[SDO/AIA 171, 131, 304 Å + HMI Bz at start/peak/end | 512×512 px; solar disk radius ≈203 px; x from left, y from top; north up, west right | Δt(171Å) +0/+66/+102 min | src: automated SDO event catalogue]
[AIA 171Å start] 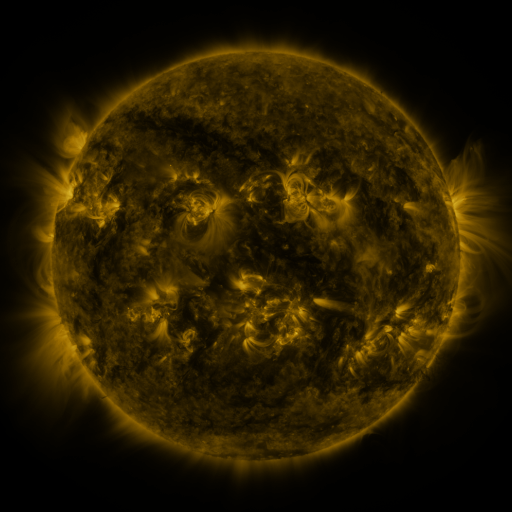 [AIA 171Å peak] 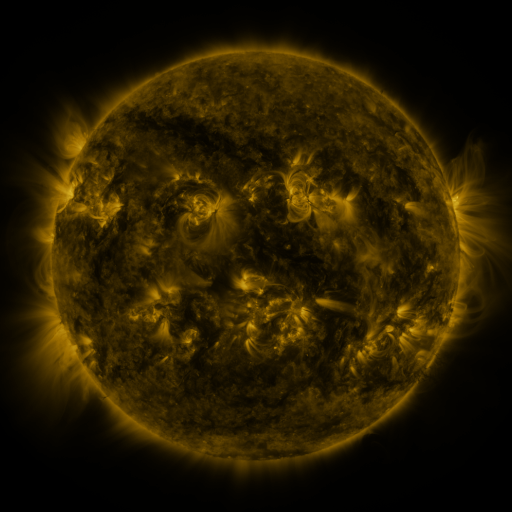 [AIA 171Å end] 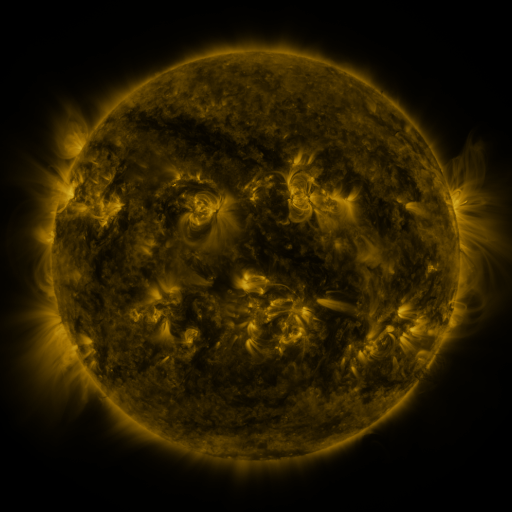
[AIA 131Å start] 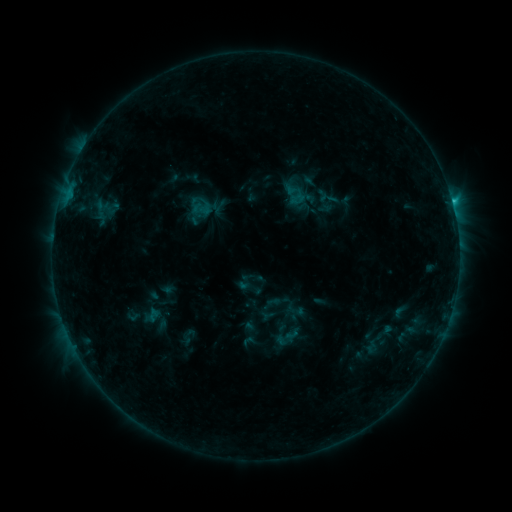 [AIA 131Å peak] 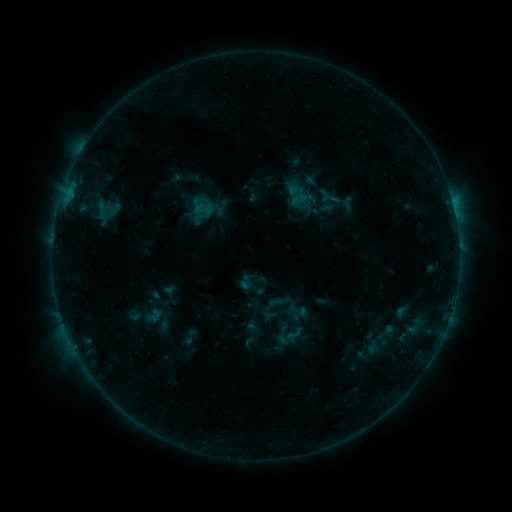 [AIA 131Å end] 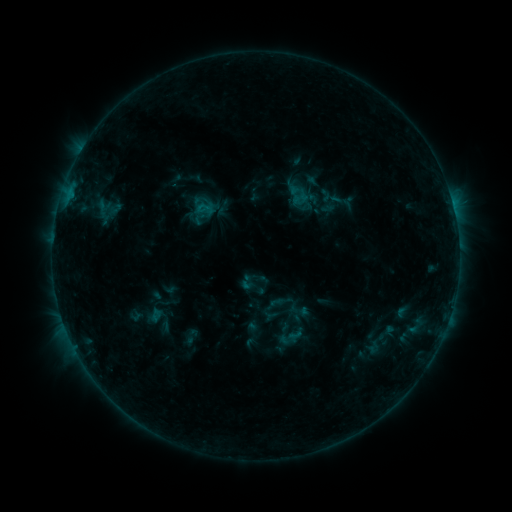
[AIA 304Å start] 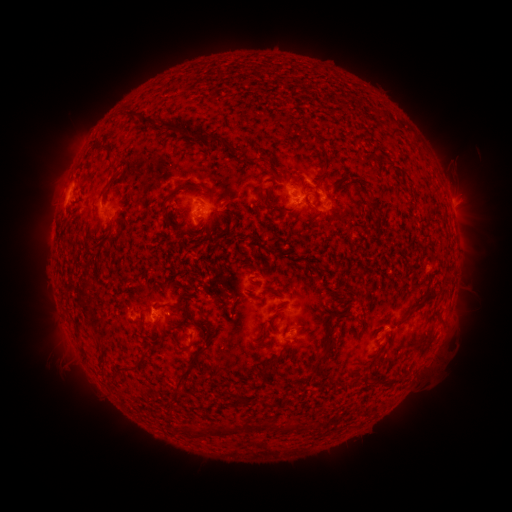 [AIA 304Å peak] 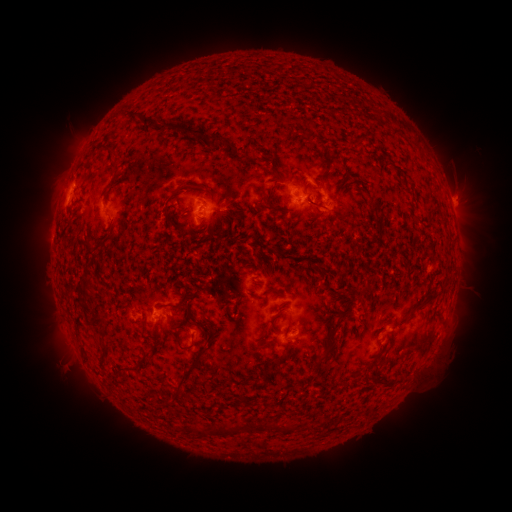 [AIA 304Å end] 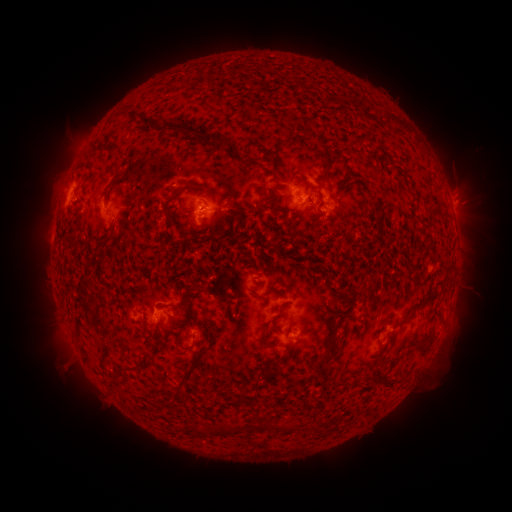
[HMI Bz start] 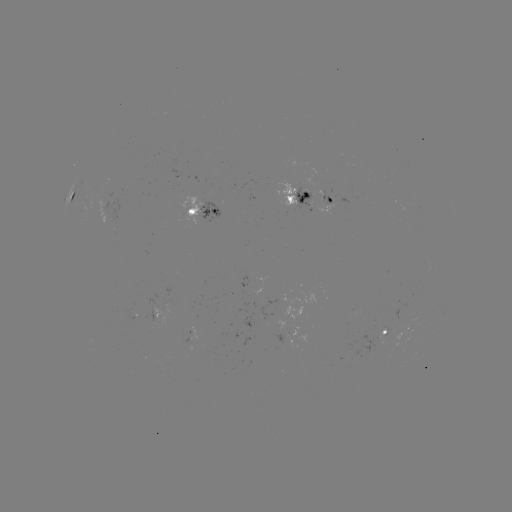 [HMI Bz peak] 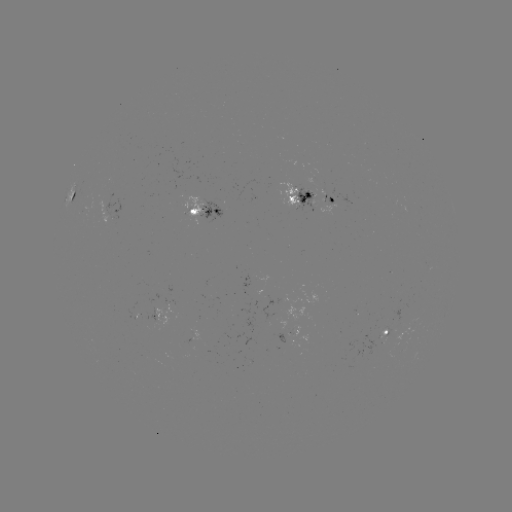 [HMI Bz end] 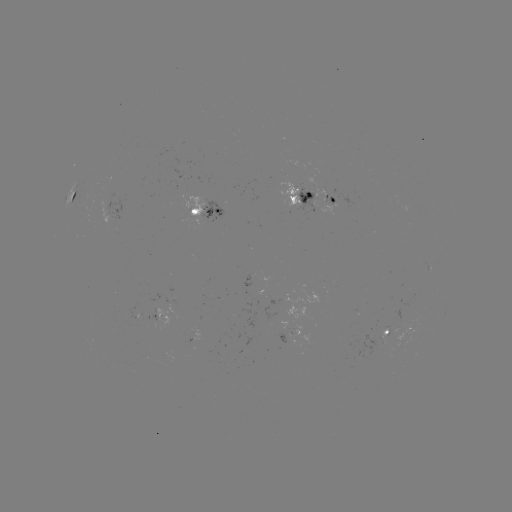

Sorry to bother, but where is emerging-flux region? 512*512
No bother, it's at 183,343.